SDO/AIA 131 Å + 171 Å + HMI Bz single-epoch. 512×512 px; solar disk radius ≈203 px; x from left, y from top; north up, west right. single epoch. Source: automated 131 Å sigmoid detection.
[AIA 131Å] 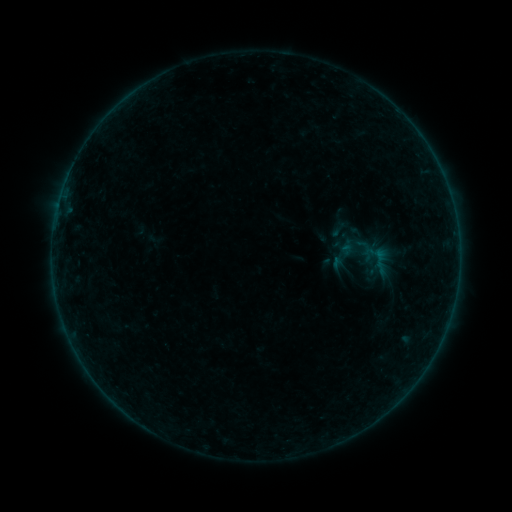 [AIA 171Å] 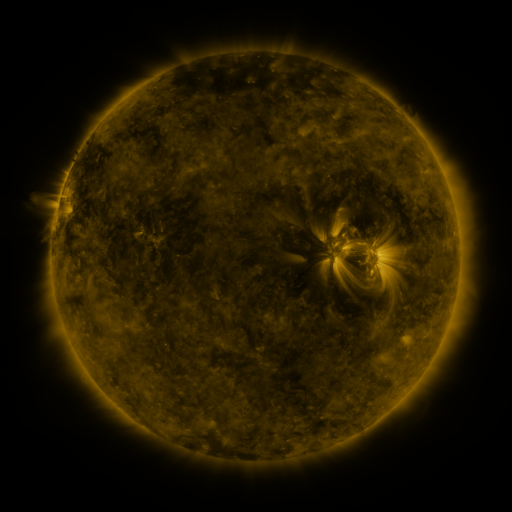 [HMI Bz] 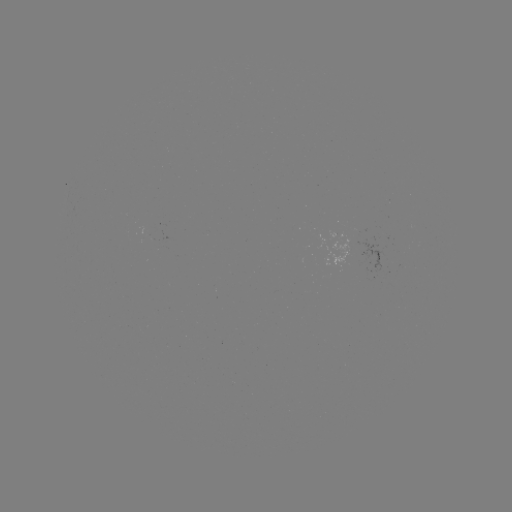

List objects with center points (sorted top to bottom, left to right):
sigmoid: (339, 229)
sigmoid: (382, 268)
